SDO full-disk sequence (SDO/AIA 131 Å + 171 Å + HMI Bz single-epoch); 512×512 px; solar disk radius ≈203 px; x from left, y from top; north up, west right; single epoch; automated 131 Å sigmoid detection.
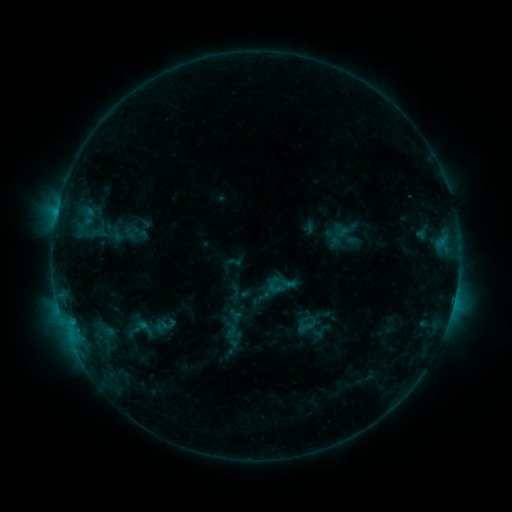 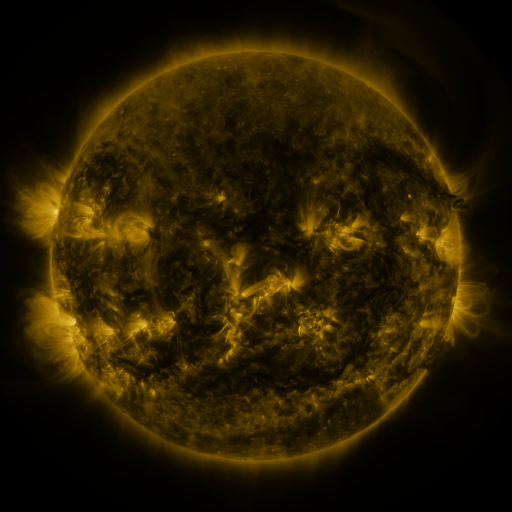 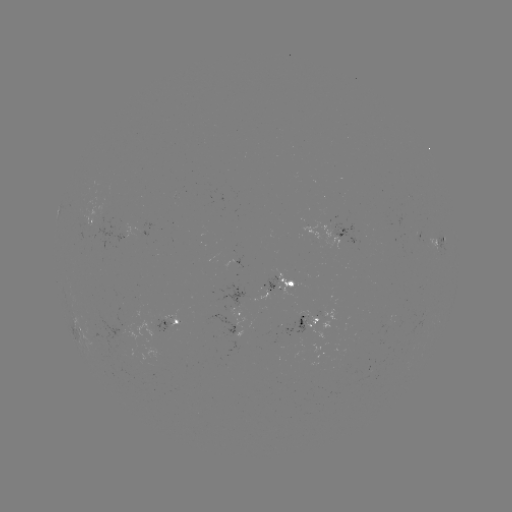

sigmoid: [130, 315, 159, 340]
